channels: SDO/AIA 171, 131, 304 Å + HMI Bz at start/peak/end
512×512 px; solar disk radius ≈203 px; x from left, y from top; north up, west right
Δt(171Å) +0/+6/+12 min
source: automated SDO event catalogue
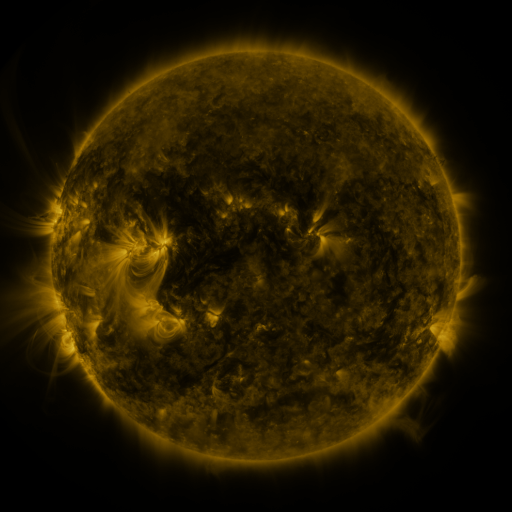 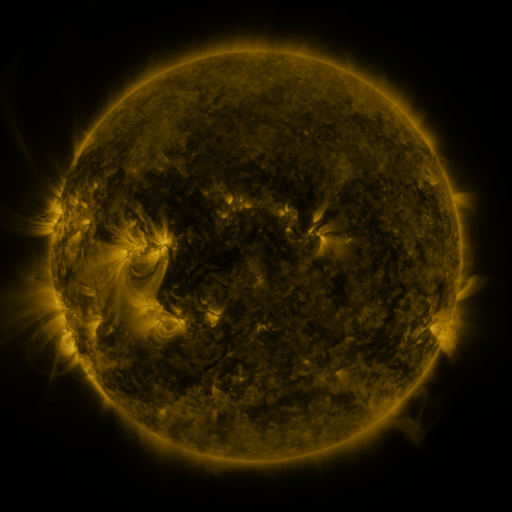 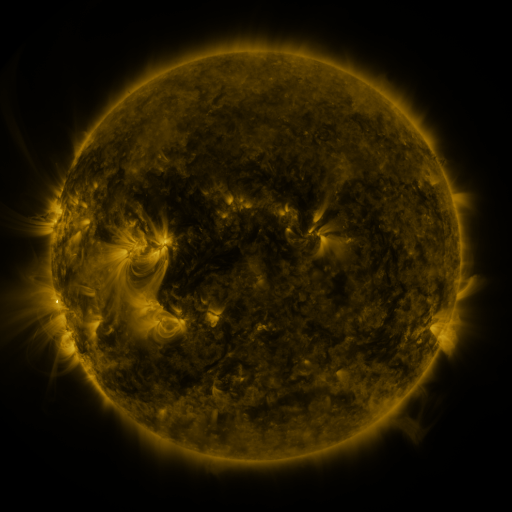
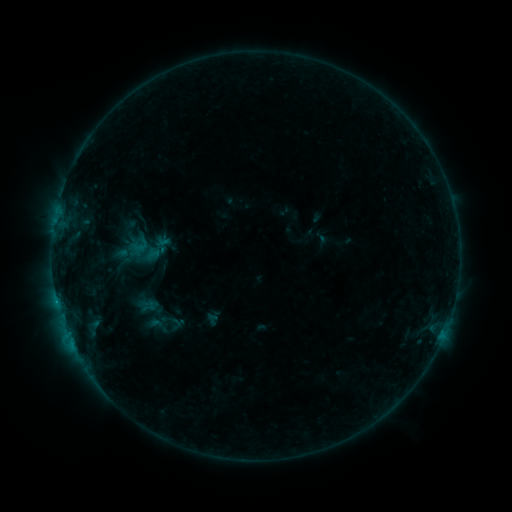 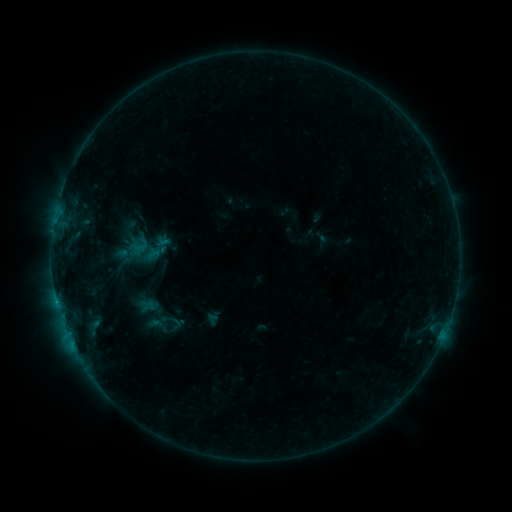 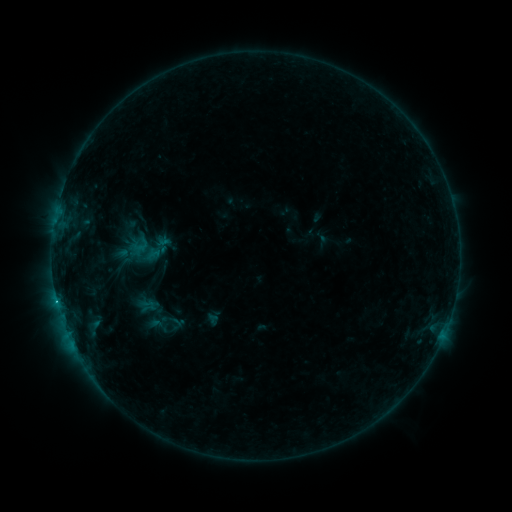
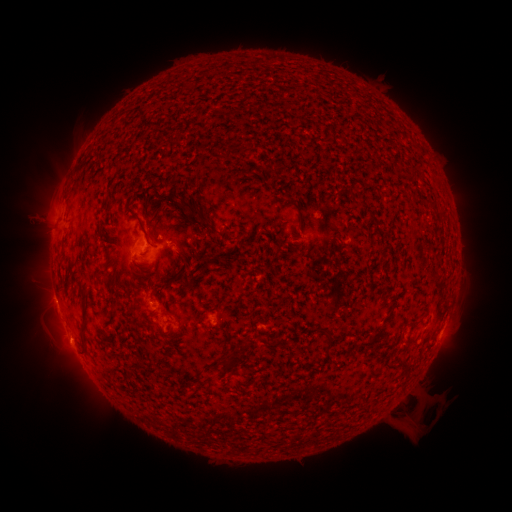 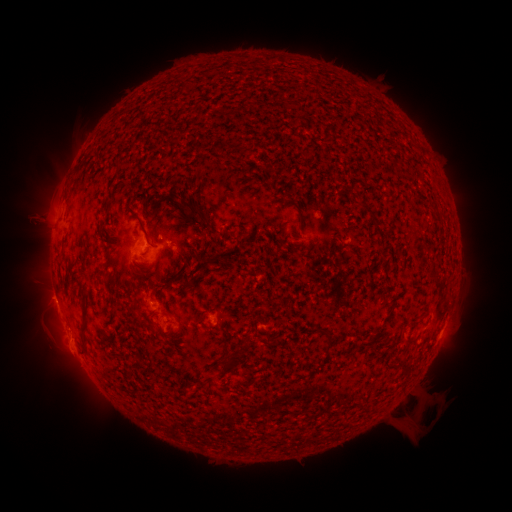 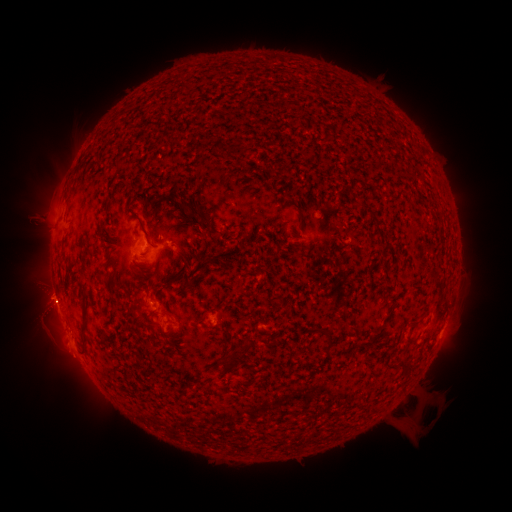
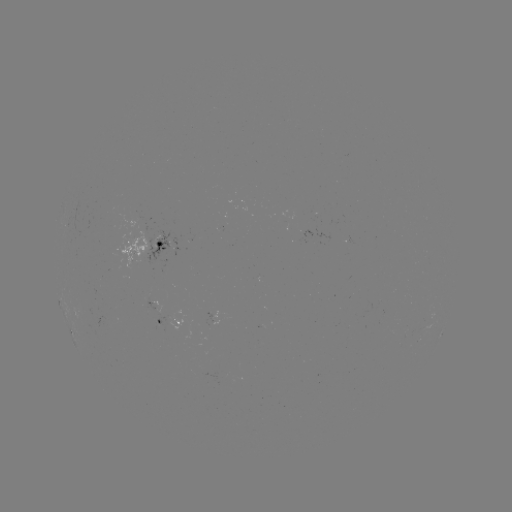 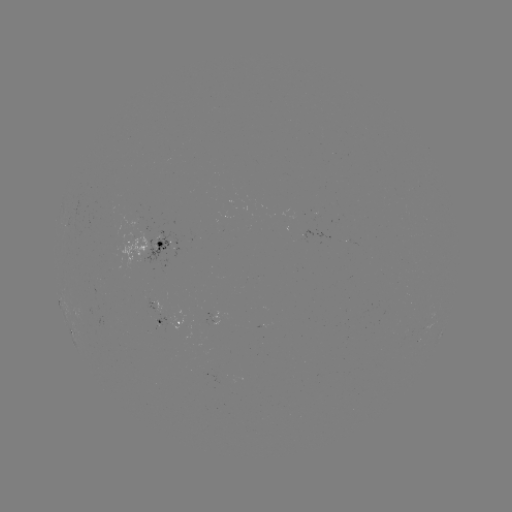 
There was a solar eruption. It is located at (68, 347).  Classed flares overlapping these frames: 1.